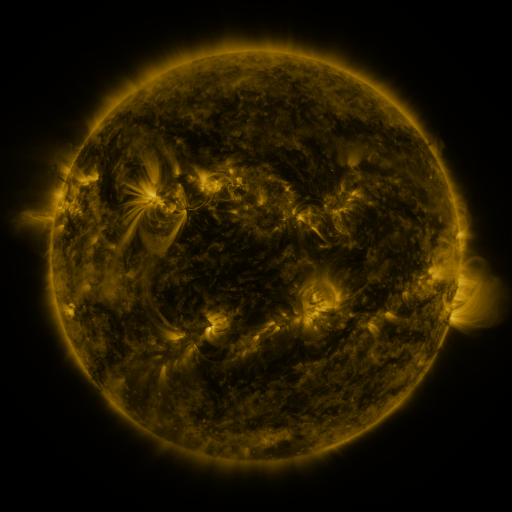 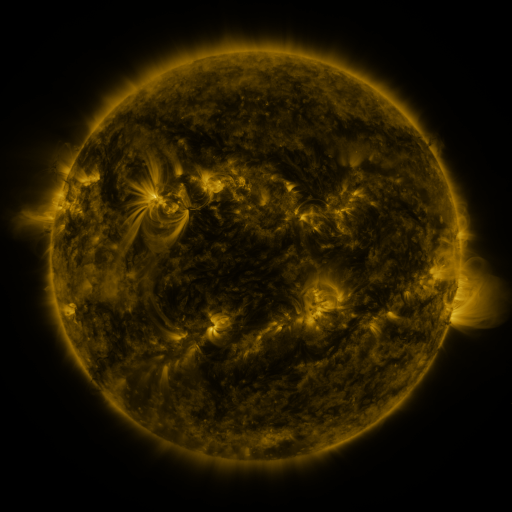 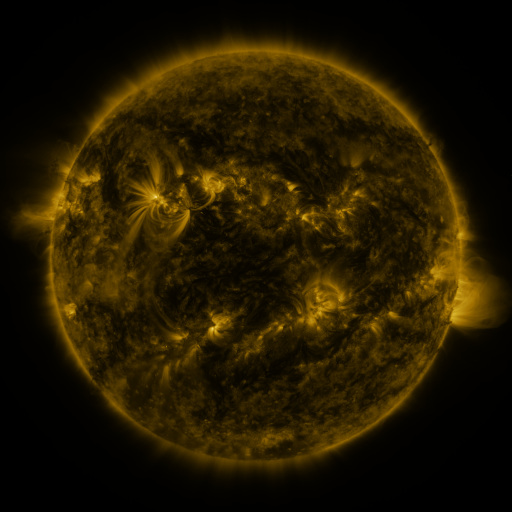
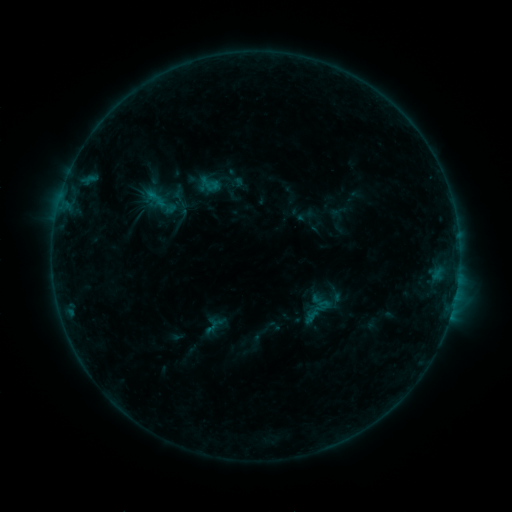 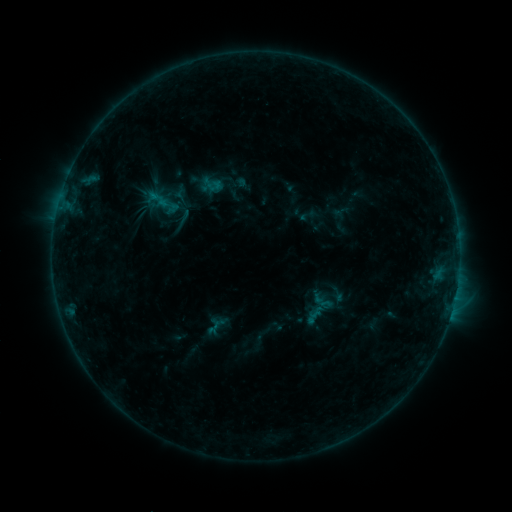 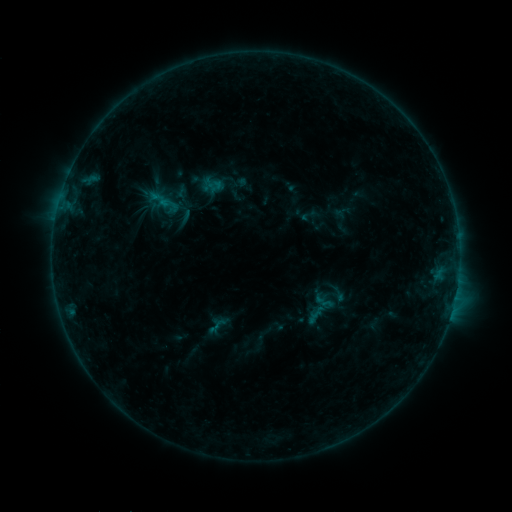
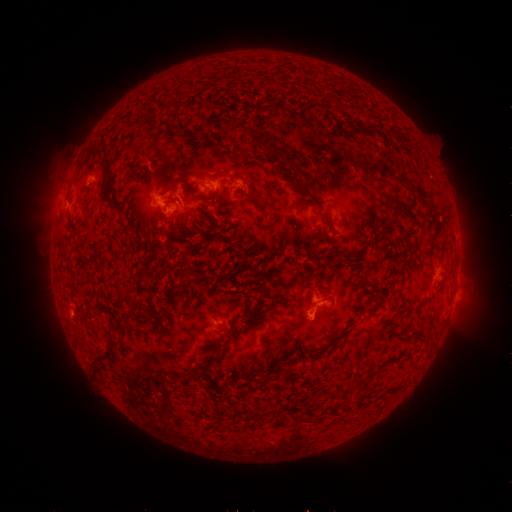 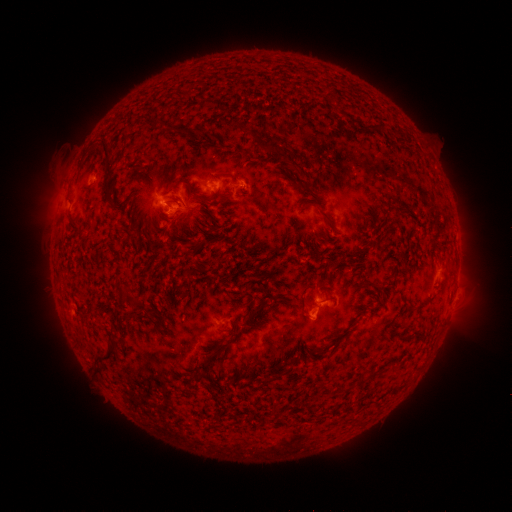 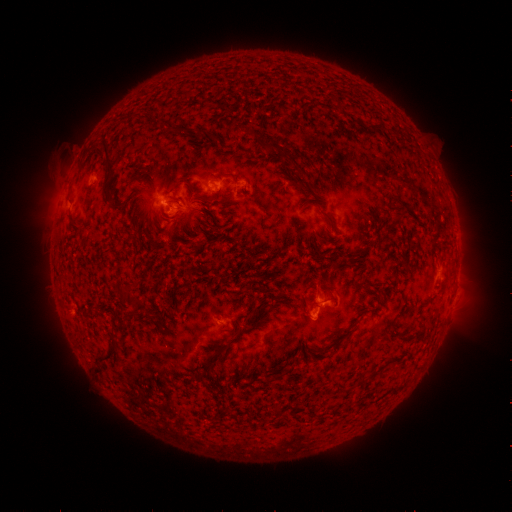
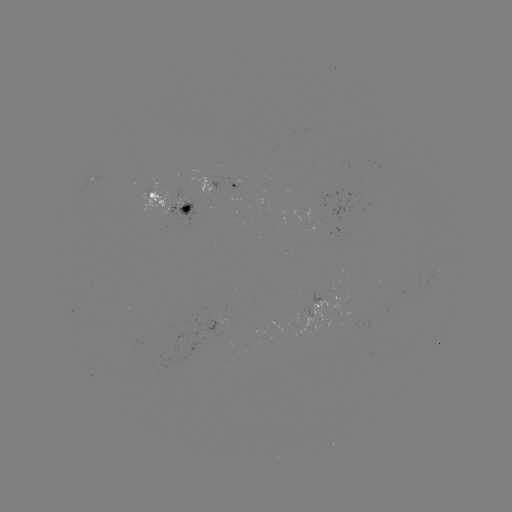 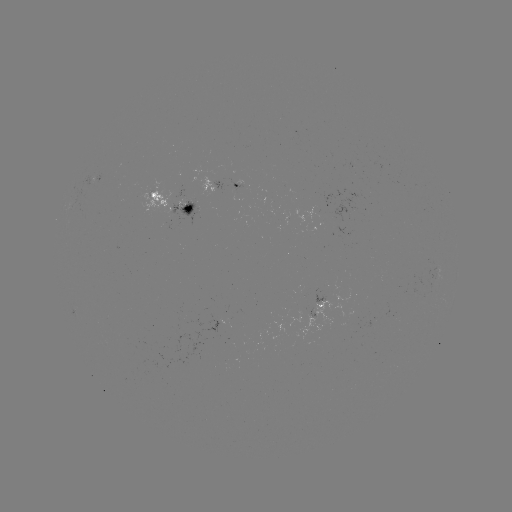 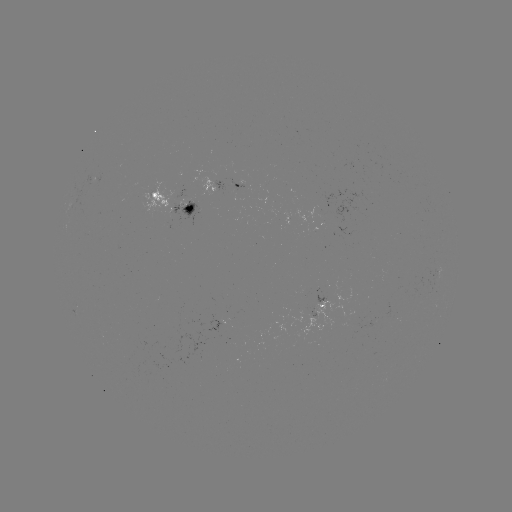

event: emerging-flux region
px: (324, 230)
